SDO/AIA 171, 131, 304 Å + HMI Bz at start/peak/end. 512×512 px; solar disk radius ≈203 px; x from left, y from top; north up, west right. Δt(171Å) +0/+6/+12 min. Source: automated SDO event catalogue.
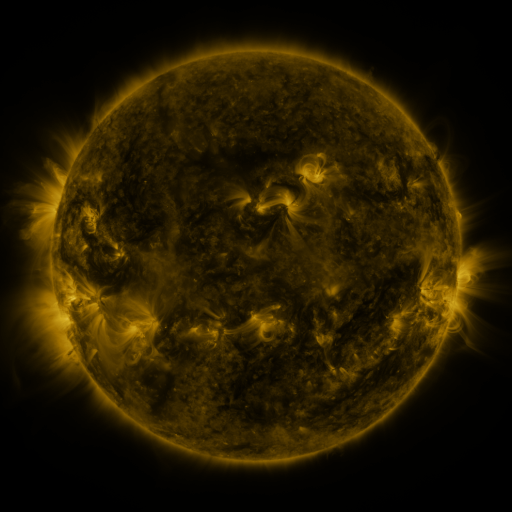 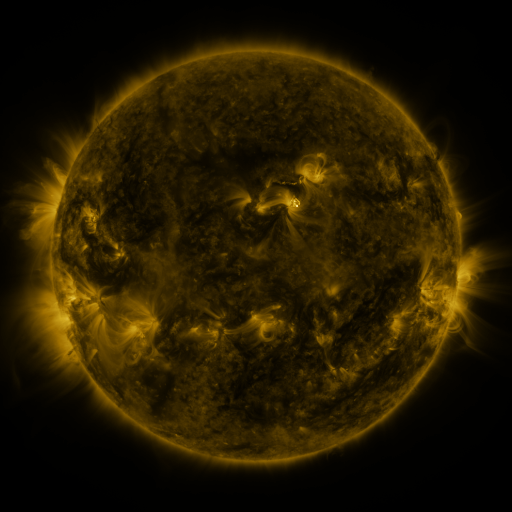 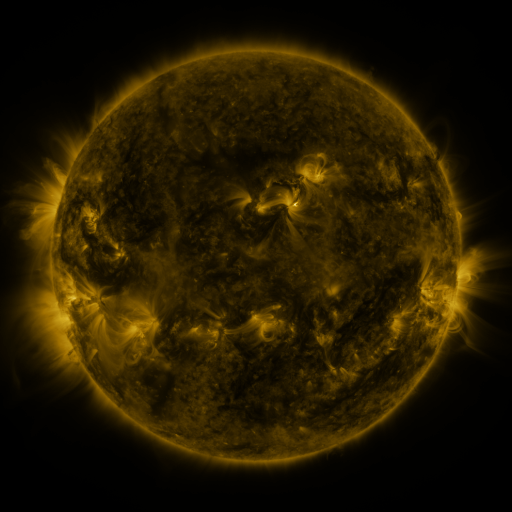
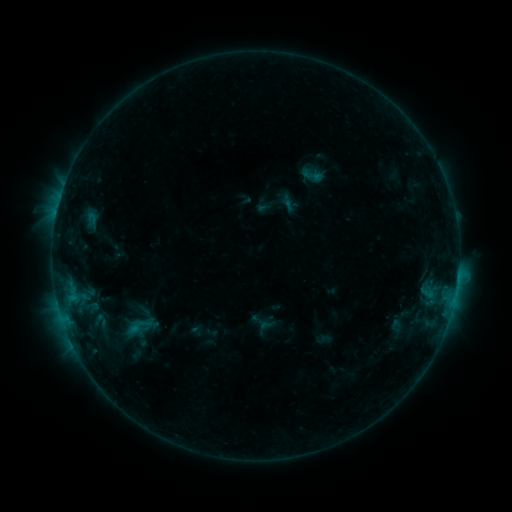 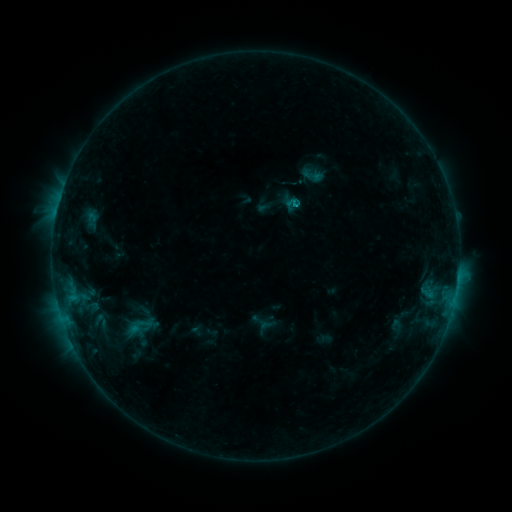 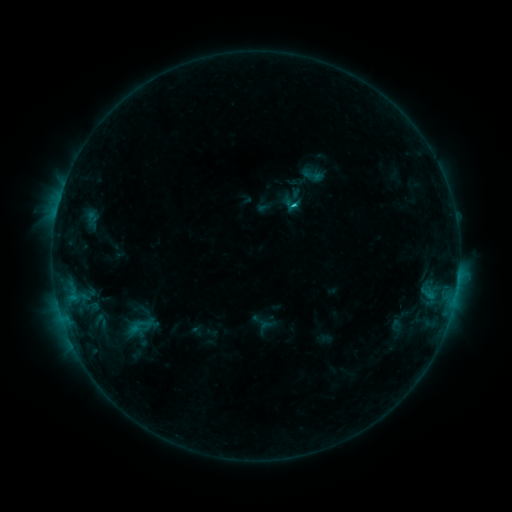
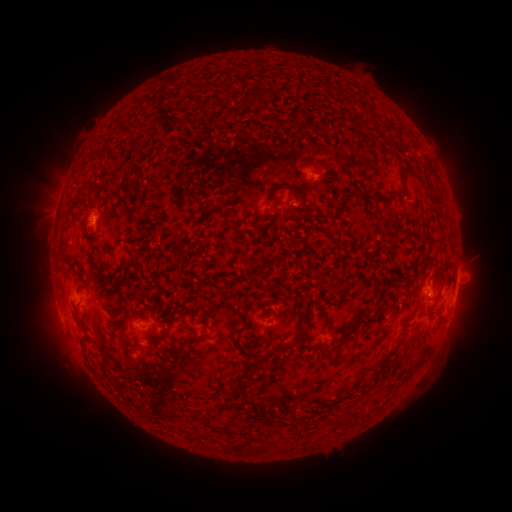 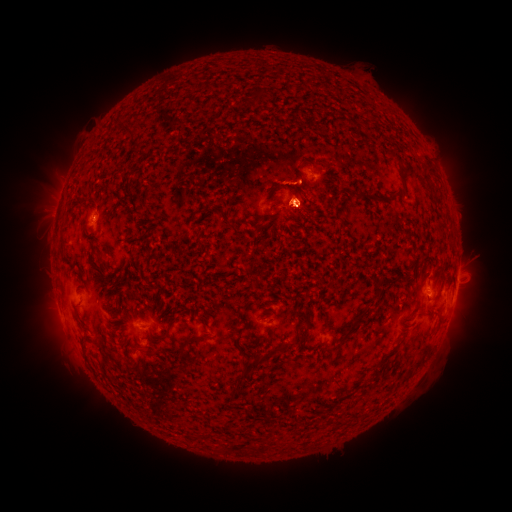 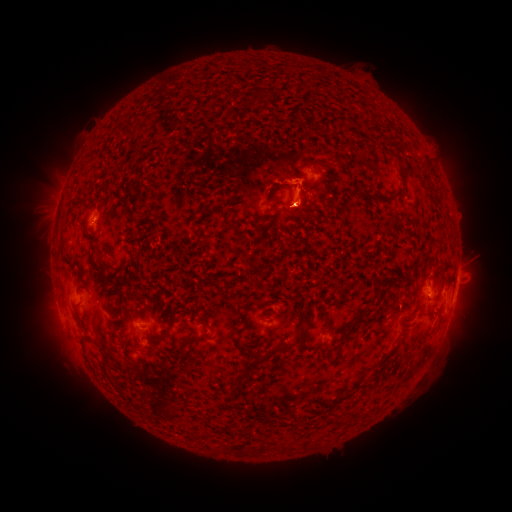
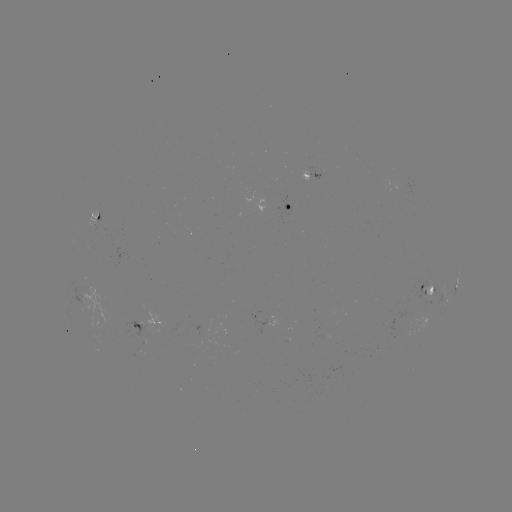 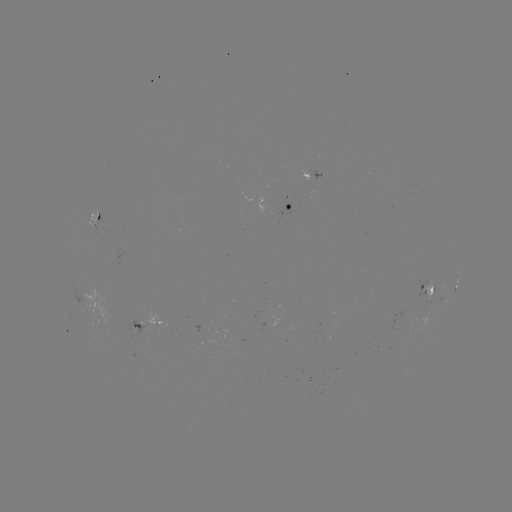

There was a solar flare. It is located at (292, 205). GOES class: C1.1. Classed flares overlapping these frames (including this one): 1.